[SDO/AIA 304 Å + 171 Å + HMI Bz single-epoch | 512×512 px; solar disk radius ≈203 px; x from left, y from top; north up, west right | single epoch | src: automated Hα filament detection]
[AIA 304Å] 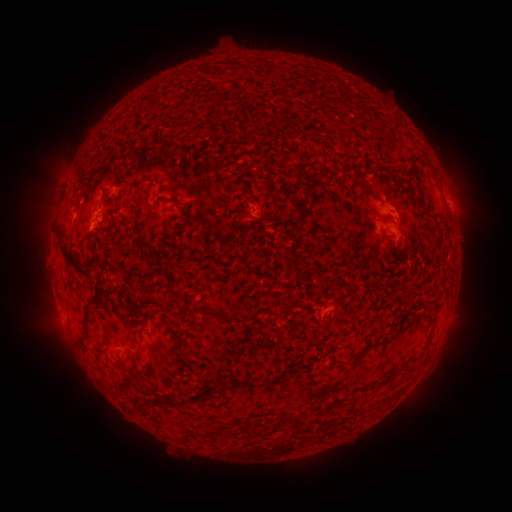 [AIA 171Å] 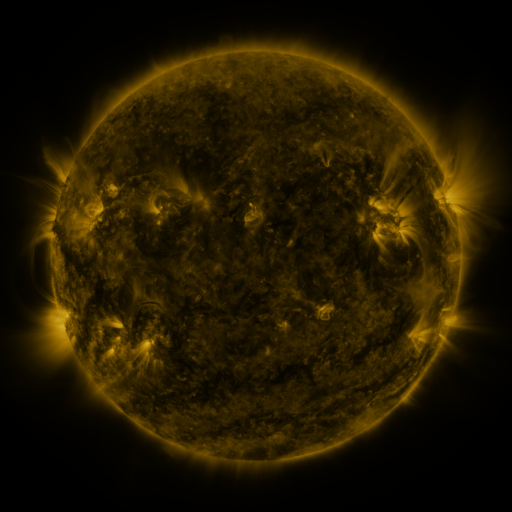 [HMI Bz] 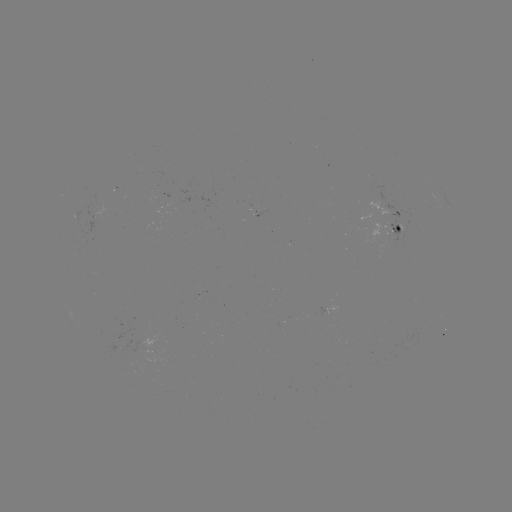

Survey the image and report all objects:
filament: (344, 98)
filament: (183, 103)
filament: (218, 113)
filament: (122, 115)
filament: (301, 153)
filament: (298, 170)
filament: (361, 186)
filament: (99, 188)
filament: (293, 203)
filament: (238, 210)
filament: (427, 213)
filament: (384, 219)
filament: (67, 257)
filament: (295, 268)
filament: (98, 294)
filament: (150, 302)
filament: (231, 317)
filament: (88, 323)
filament: (140, 334)
filament: (380, 341)
filament: (359, 355)
filament: (128, 362)
filament: (222, 382)
filament: (245, 382)
filament: (193, 397)
filament: (158, 400)
filament: (261, 423)
filament: (234, 432)
